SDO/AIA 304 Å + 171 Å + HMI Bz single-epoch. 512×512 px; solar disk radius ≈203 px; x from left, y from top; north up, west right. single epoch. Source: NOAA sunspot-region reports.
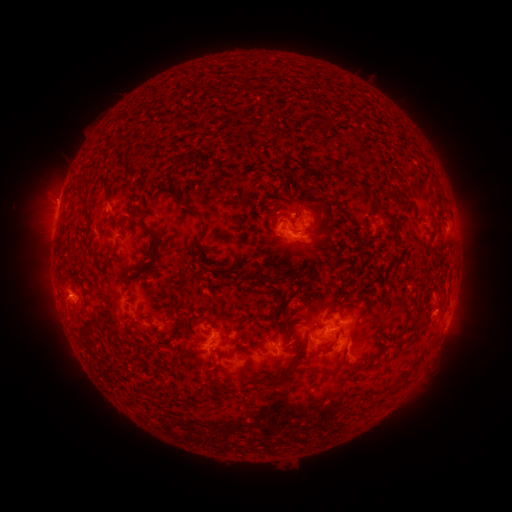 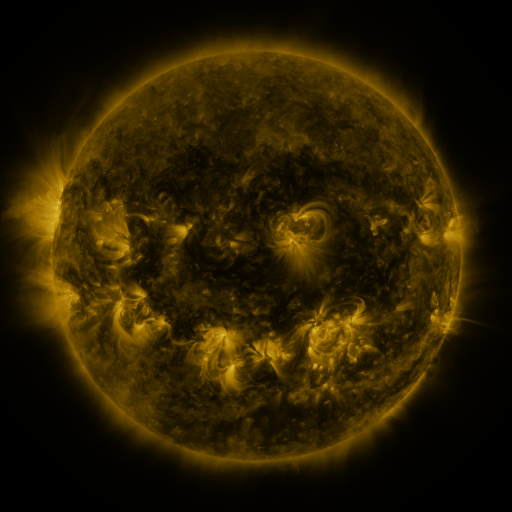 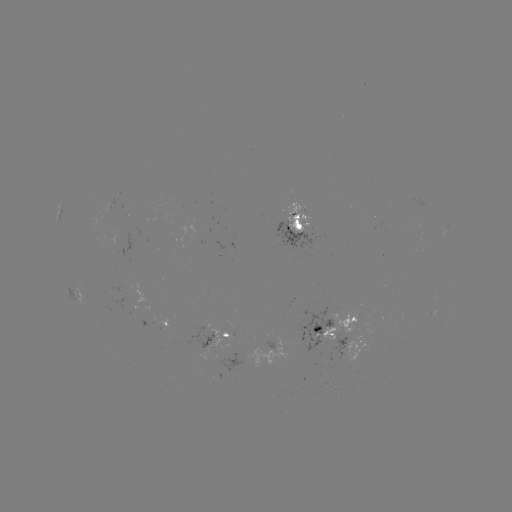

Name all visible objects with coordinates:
spotted active region: (296, 224)
spotted active region: (445, 229)
spotted active region: (76, 295)
spotted active region: (451, 302)
spotted active region: (162, 323)
spotted active region: (336, 327)
spotted active region: (222, 339)
spotted active region: (363, 341)
spotted active region: (285, 352)
